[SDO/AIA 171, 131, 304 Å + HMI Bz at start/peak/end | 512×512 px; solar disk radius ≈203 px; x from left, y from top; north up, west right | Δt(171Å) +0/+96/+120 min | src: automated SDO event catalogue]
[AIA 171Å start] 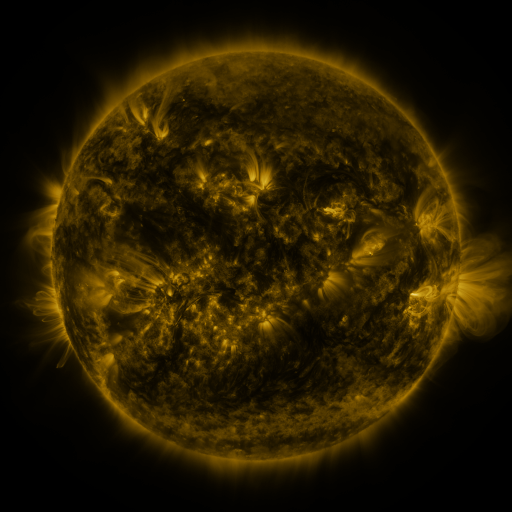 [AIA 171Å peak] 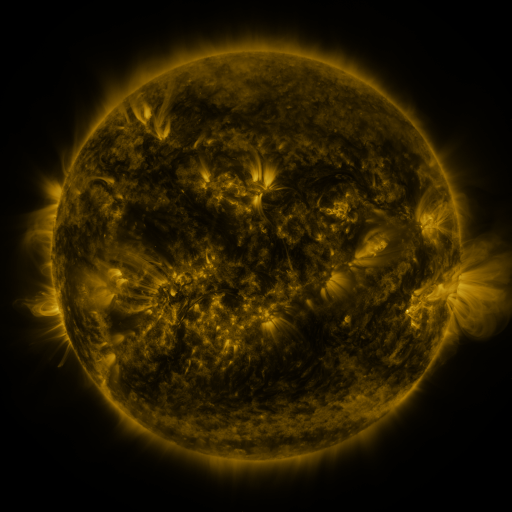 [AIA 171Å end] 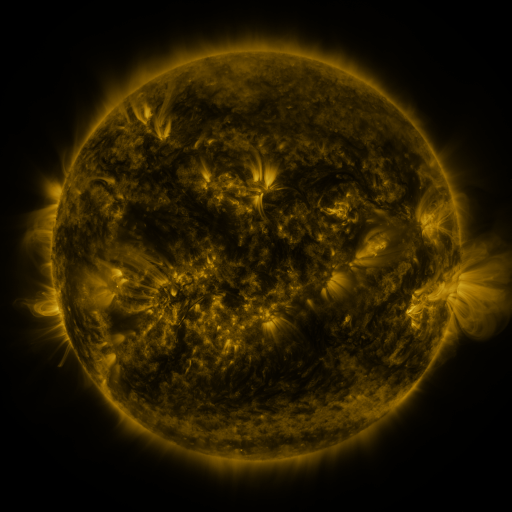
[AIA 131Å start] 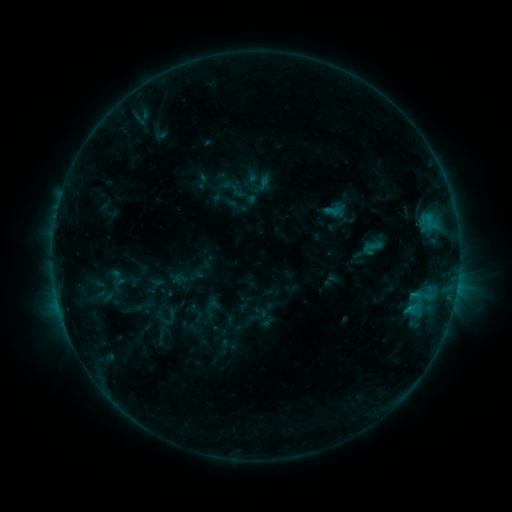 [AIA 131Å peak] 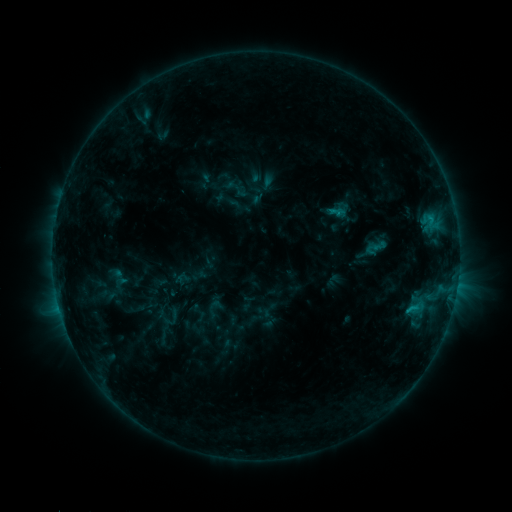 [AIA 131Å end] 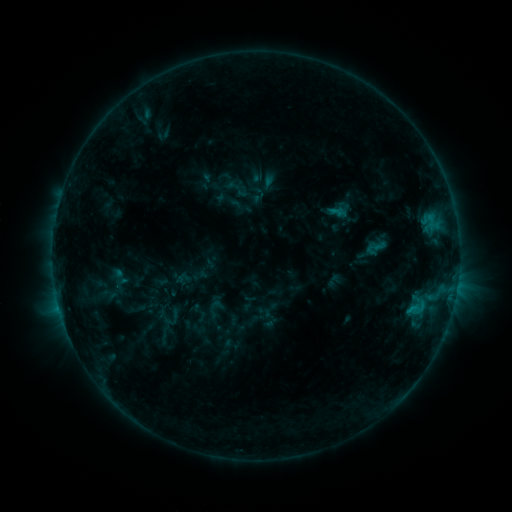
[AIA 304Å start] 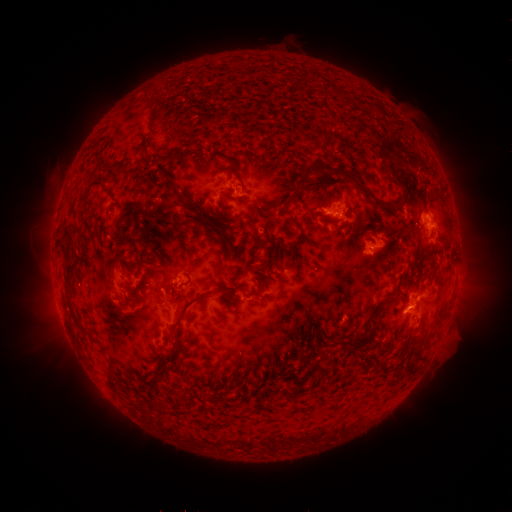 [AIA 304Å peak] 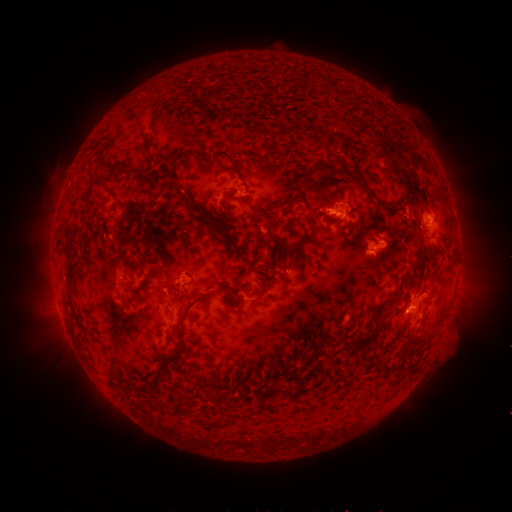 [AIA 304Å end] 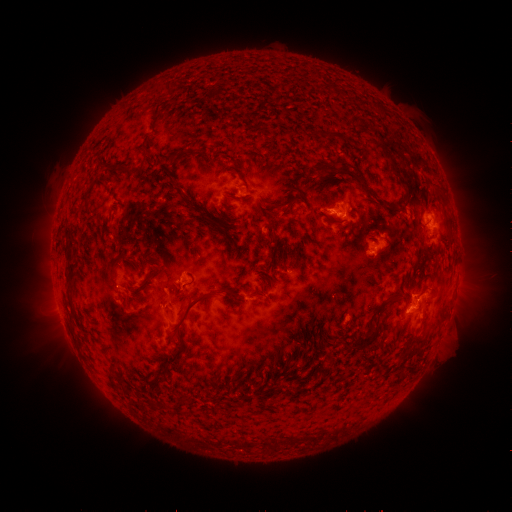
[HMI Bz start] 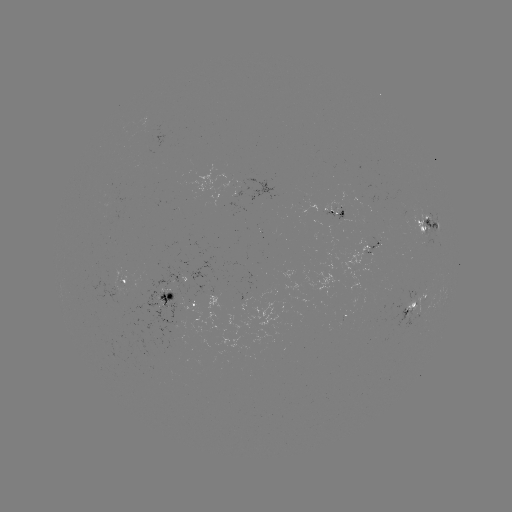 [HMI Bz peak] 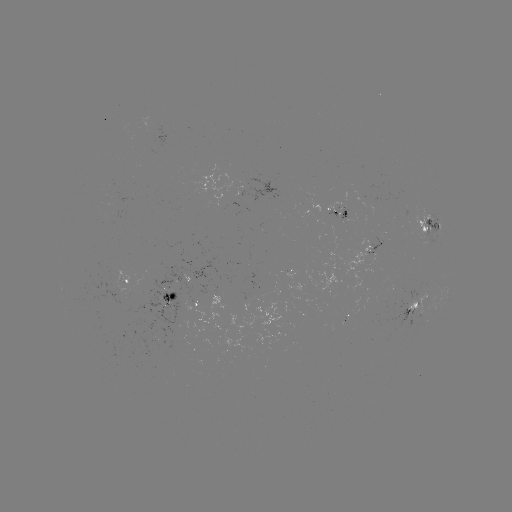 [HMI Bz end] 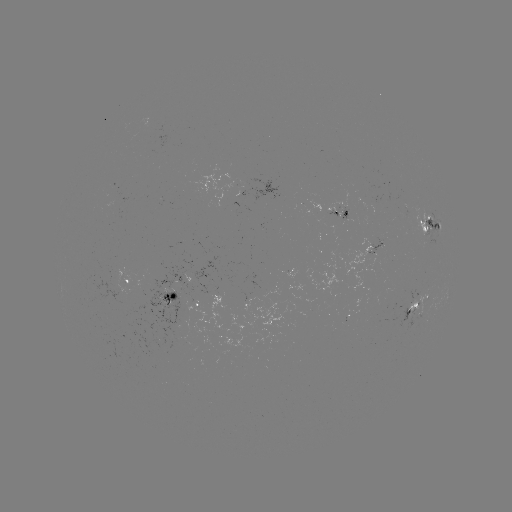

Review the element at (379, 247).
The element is emerging-flux region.